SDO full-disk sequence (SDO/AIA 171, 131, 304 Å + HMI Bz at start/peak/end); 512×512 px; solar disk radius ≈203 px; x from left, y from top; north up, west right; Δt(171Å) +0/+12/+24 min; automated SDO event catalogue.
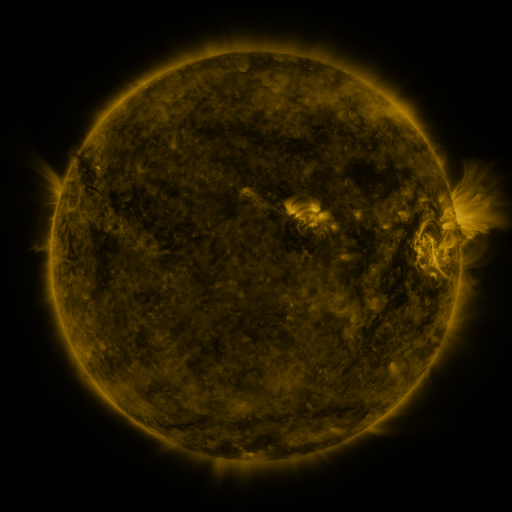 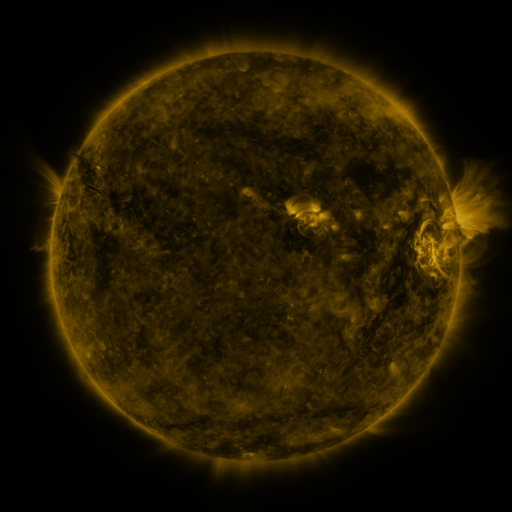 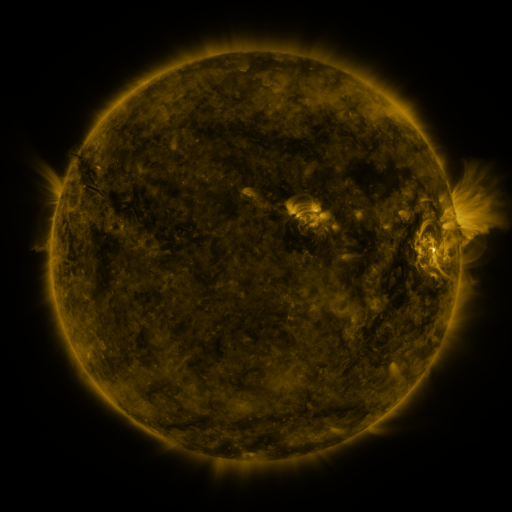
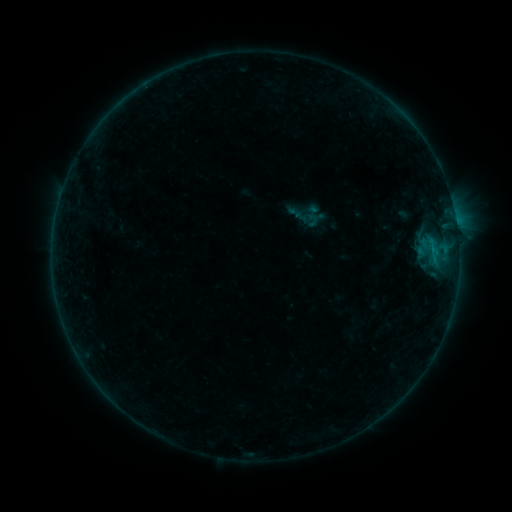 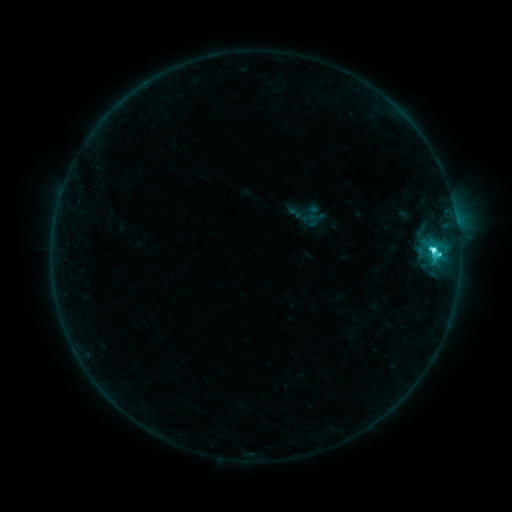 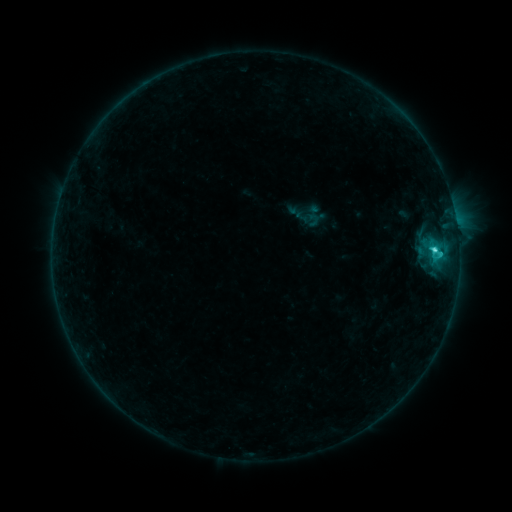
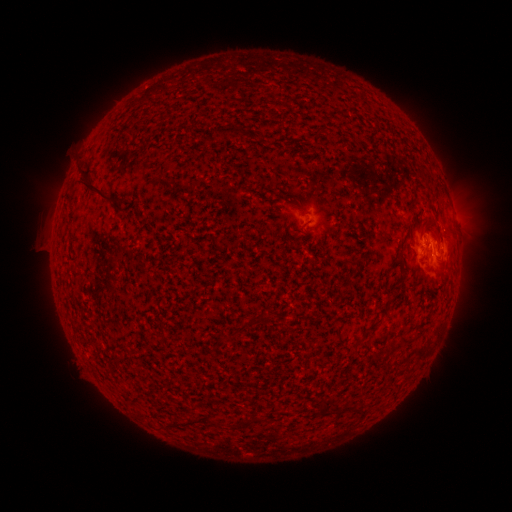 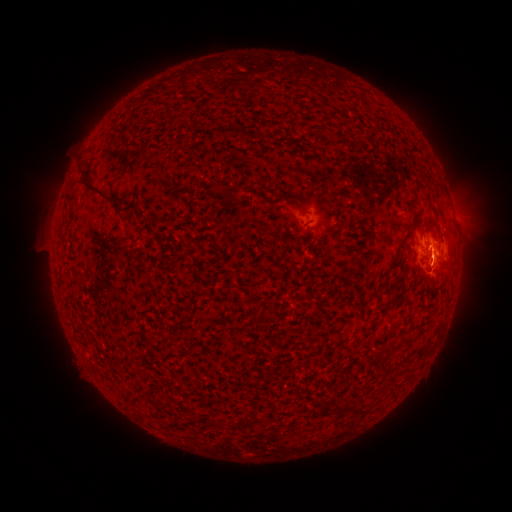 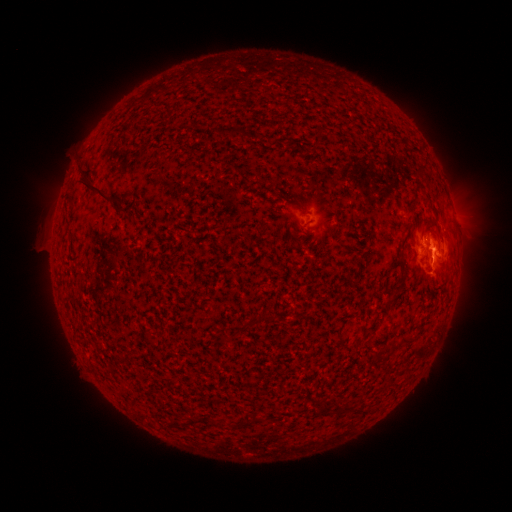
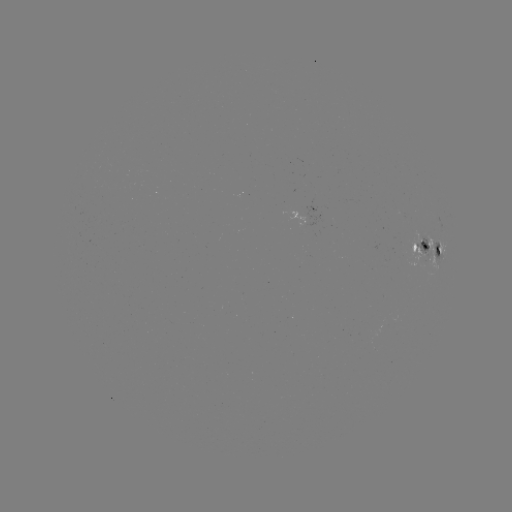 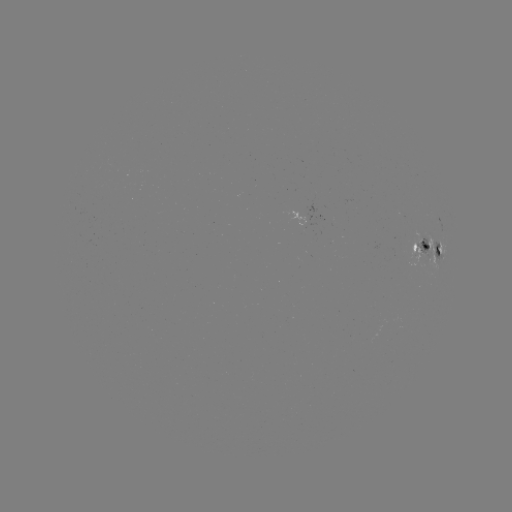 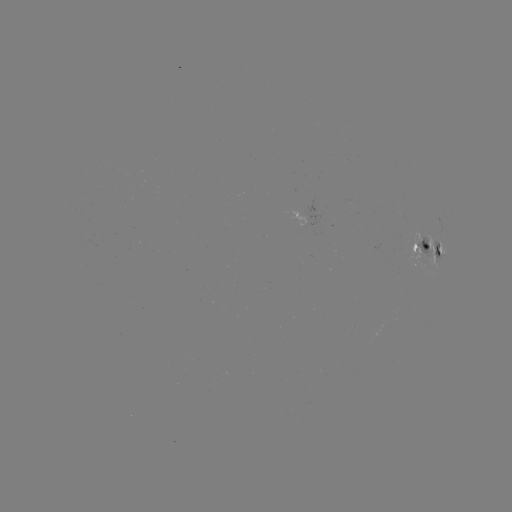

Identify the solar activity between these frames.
C6.6 flare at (431, 250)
